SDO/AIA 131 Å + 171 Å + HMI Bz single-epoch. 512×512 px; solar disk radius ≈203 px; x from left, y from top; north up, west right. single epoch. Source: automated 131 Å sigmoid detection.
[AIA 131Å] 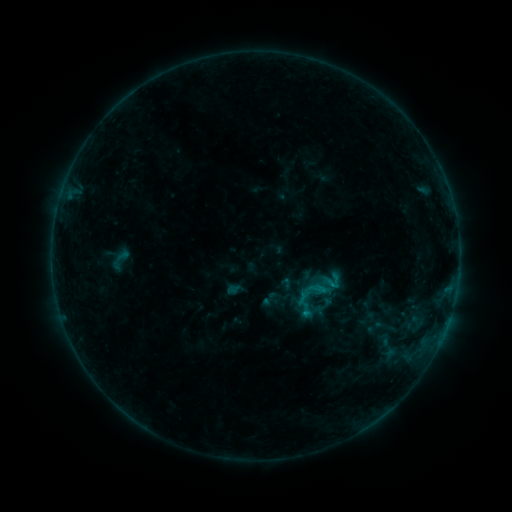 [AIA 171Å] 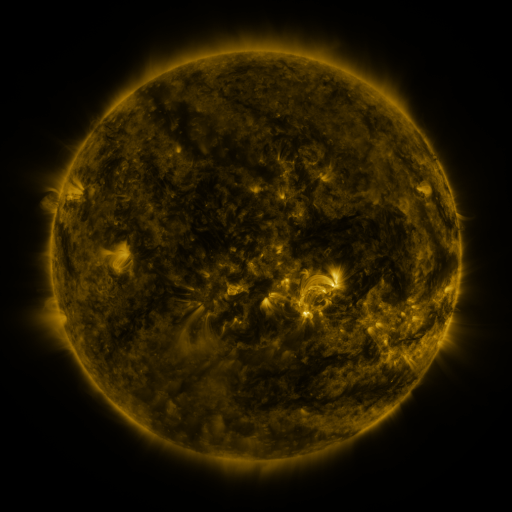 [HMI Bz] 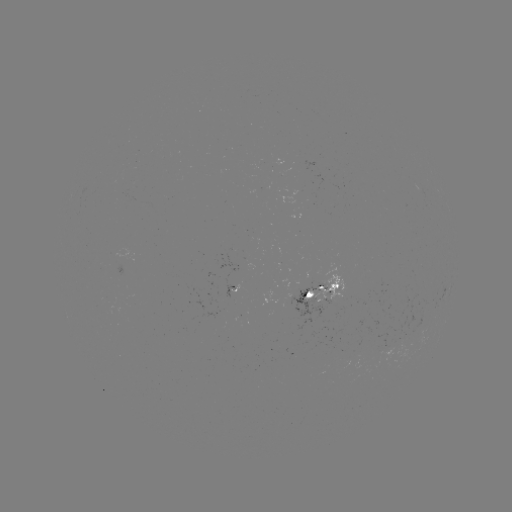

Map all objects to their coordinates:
sigmoid: (334, 281)
